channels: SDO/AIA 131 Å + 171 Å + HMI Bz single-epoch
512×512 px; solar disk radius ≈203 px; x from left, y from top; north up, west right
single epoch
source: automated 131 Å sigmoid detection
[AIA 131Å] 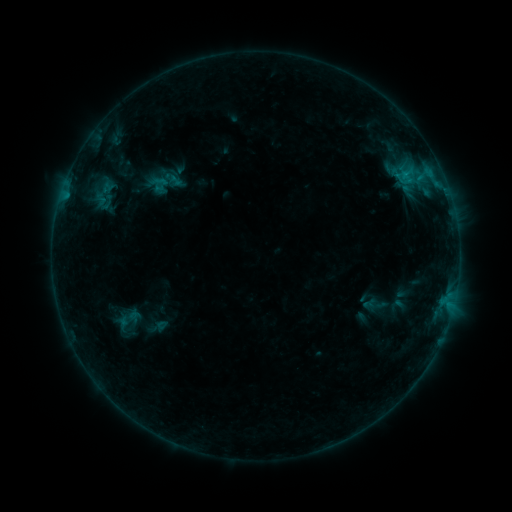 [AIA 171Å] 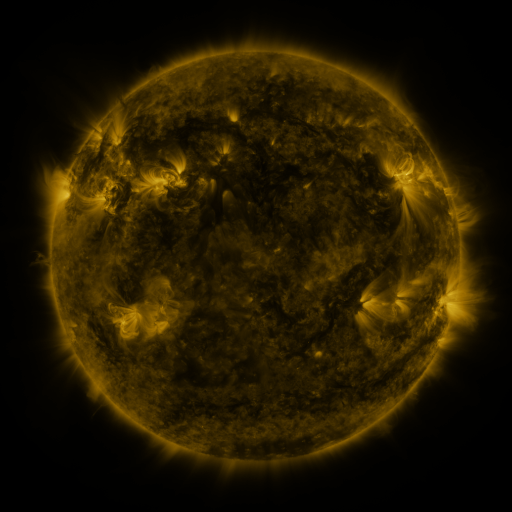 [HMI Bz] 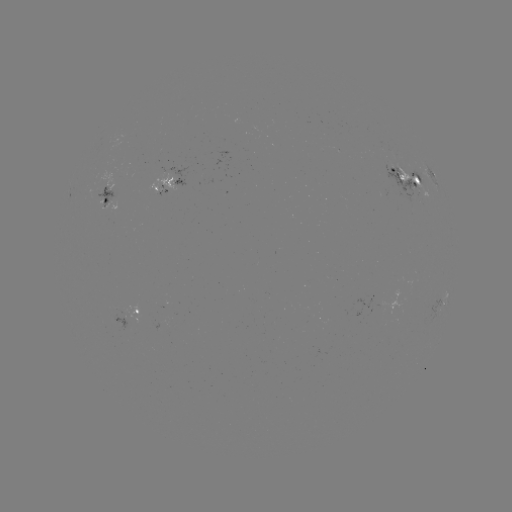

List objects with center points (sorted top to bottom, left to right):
sigmoid: (107, 202)
